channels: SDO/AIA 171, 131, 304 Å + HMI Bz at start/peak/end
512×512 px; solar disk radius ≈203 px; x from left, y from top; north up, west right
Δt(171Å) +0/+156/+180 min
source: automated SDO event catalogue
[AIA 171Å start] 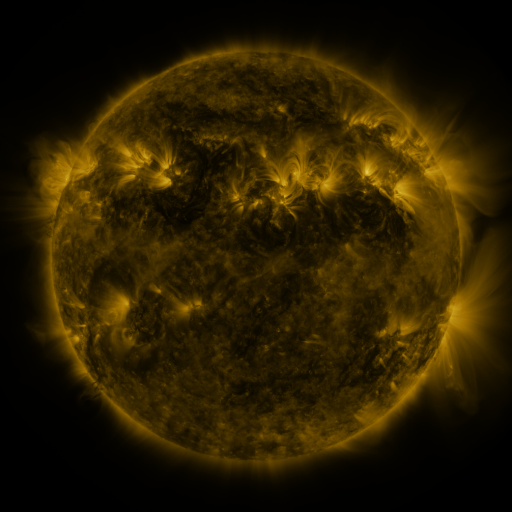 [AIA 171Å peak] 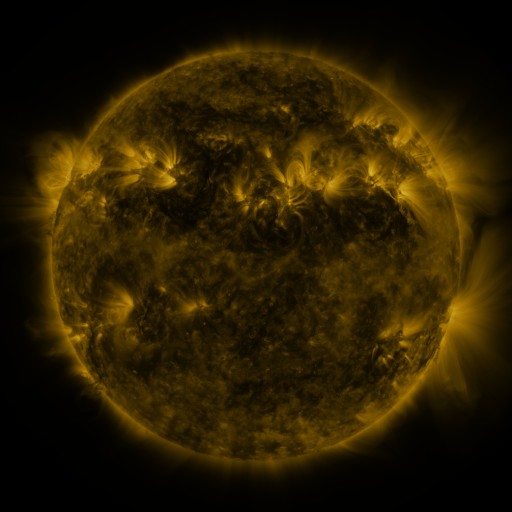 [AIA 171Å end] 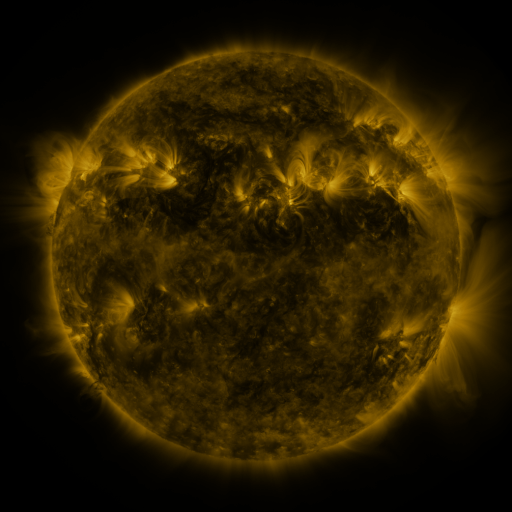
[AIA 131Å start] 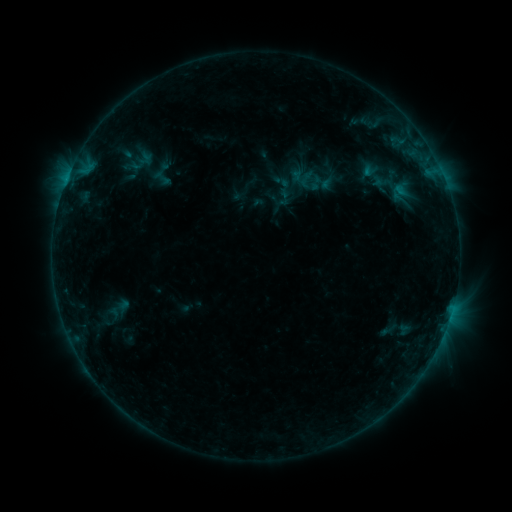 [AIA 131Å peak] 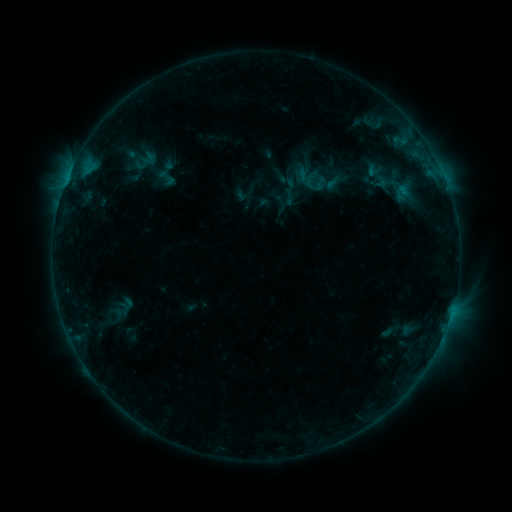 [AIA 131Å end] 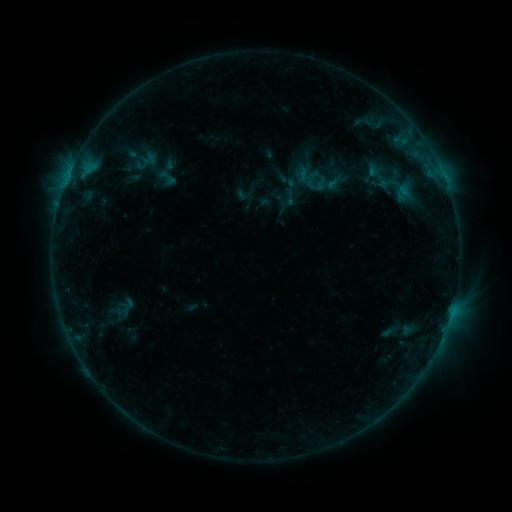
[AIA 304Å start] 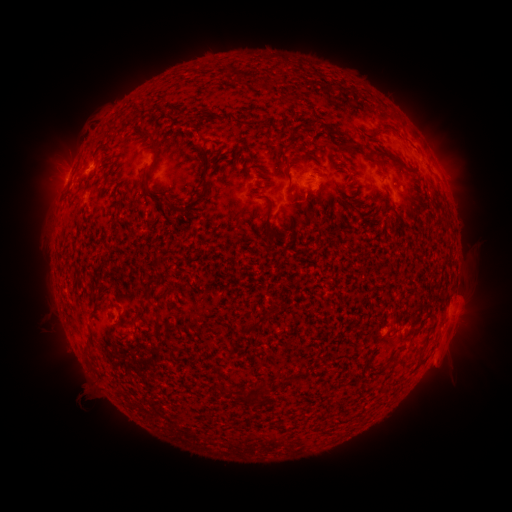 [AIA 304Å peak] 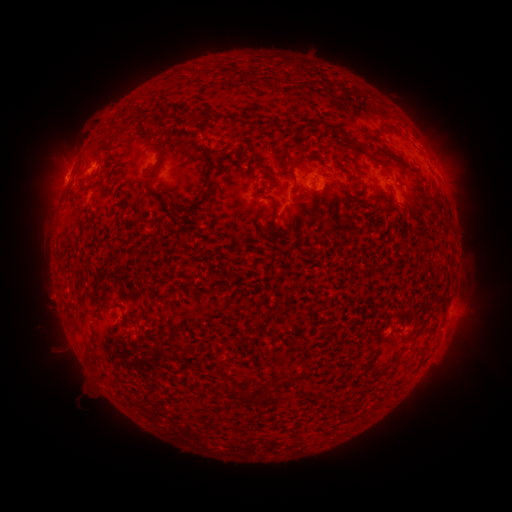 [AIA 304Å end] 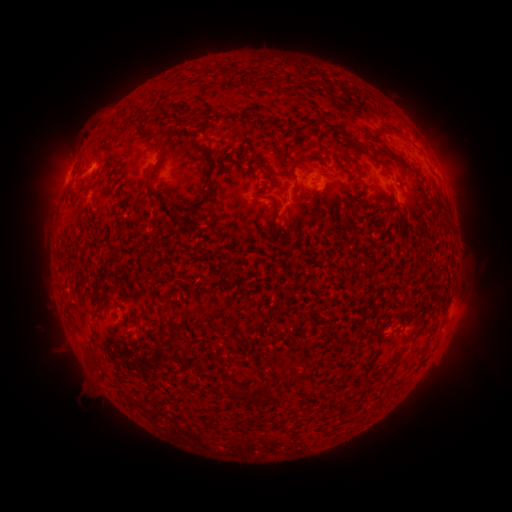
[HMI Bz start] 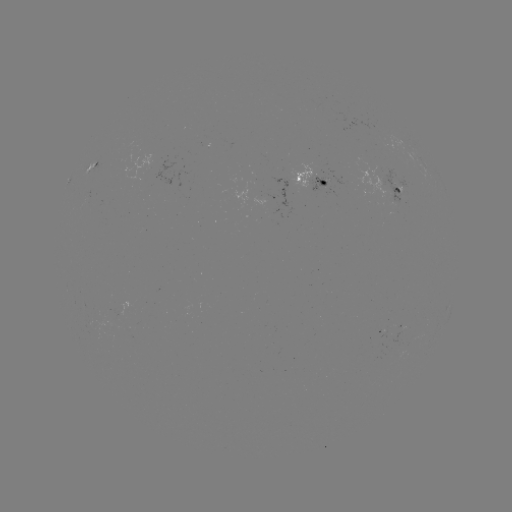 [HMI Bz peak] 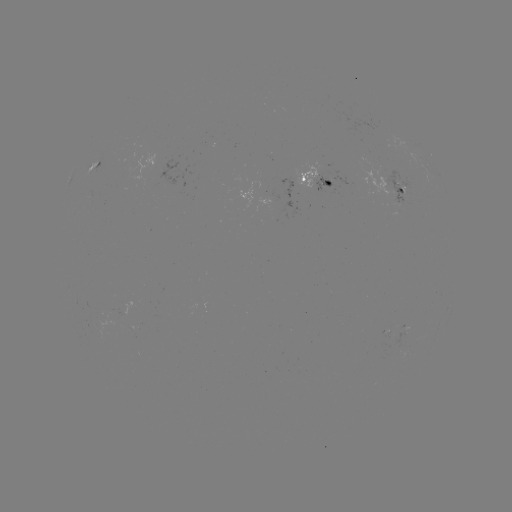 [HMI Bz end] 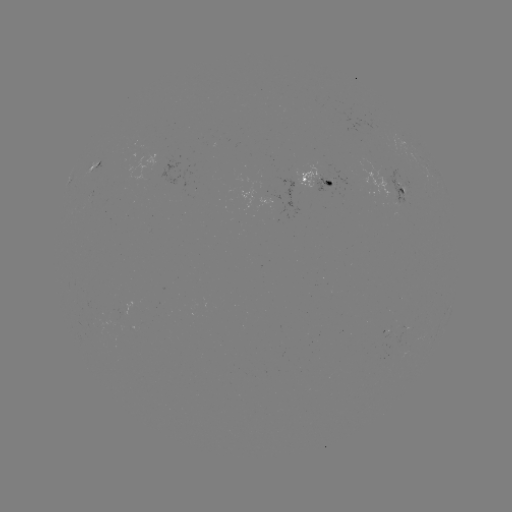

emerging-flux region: <bbox>398, 183, 406, 195</bbox>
